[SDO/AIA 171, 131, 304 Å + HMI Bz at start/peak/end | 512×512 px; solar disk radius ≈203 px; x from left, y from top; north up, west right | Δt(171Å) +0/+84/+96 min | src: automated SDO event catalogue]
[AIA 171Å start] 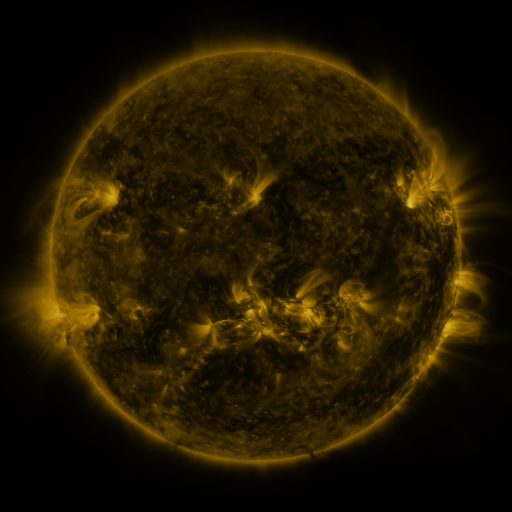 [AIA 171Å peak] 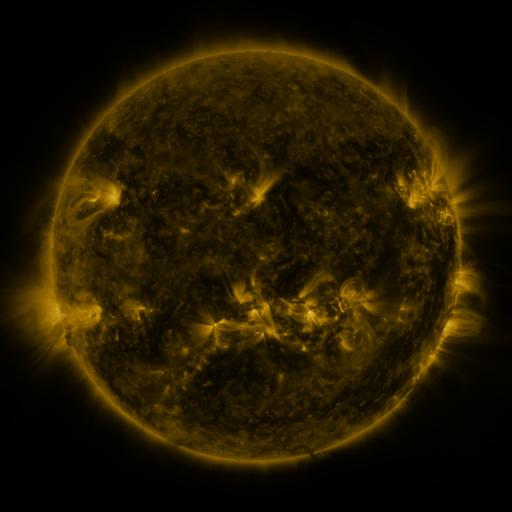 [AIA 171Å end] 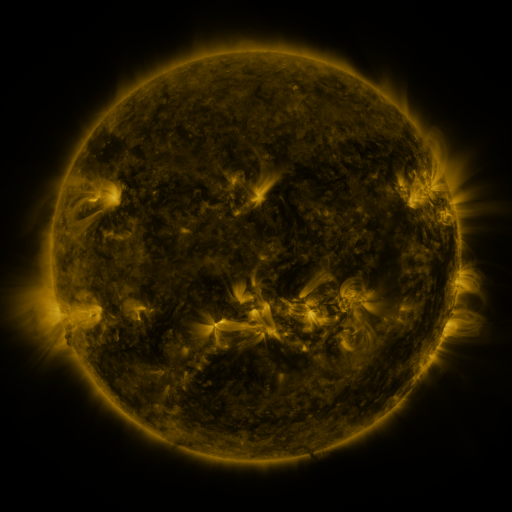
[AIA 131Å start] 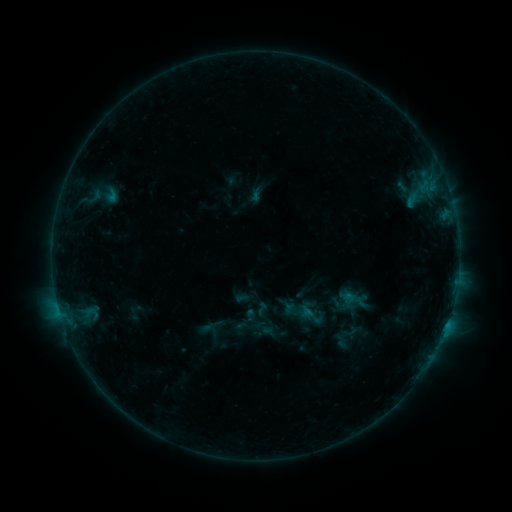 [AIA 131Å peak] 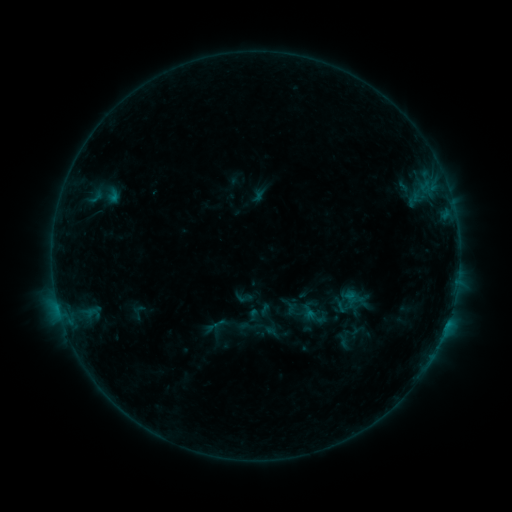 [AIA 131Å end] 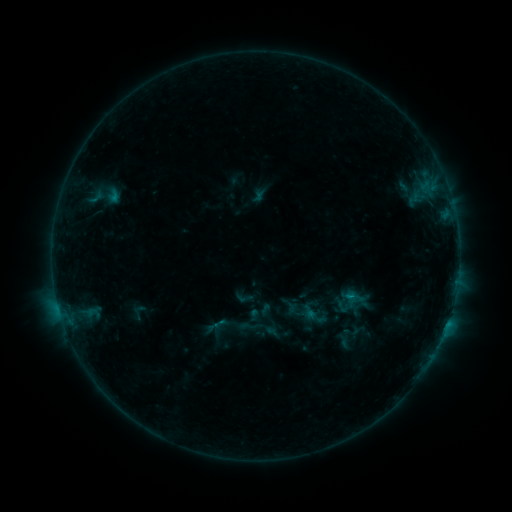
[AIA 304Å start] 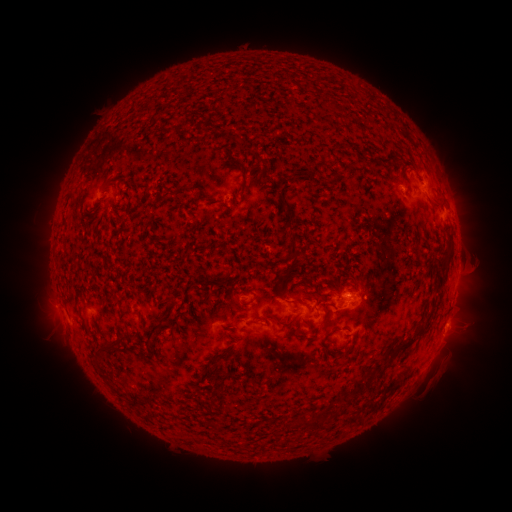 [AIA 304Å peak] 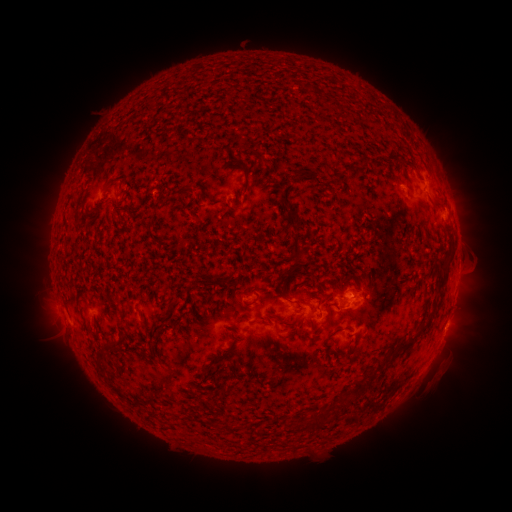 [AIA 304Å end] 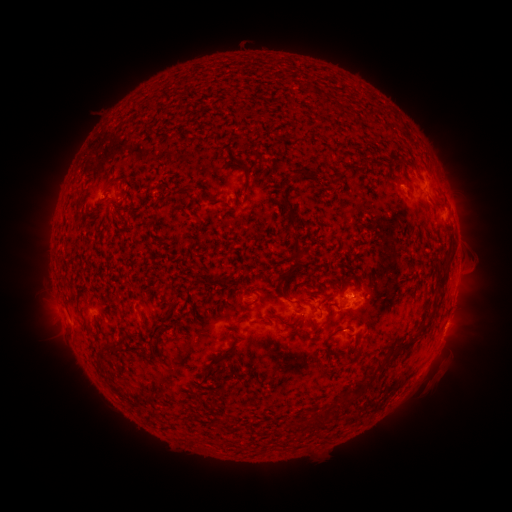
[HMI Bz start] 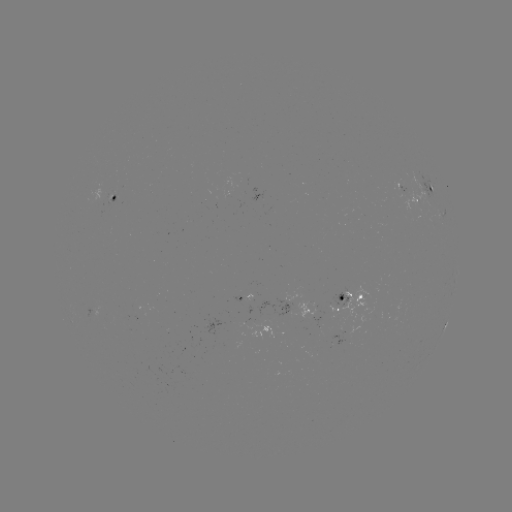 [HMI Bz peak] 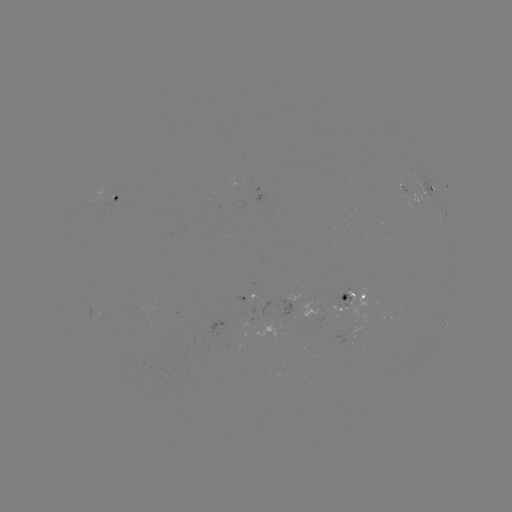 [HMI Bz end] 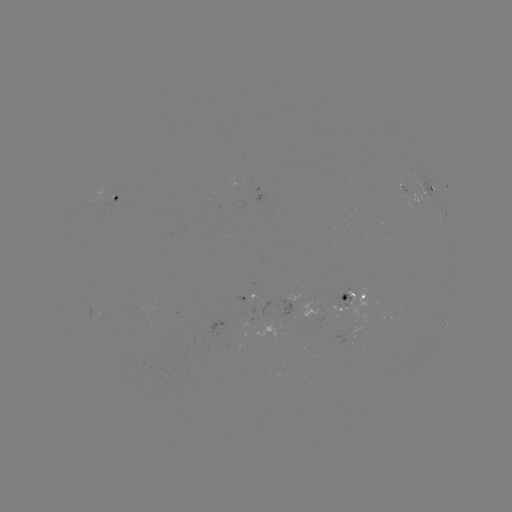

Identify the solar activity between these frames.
emerging-flux region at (244, 298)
